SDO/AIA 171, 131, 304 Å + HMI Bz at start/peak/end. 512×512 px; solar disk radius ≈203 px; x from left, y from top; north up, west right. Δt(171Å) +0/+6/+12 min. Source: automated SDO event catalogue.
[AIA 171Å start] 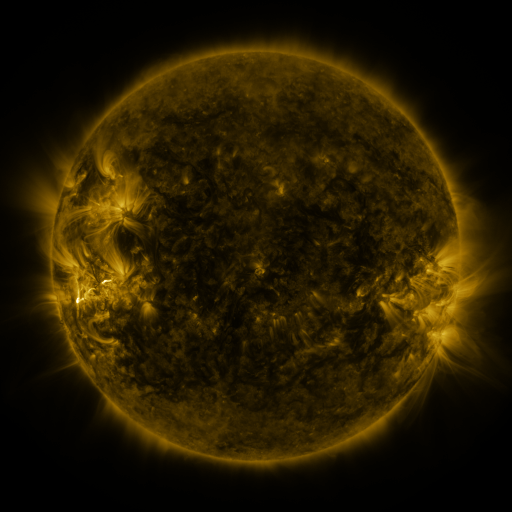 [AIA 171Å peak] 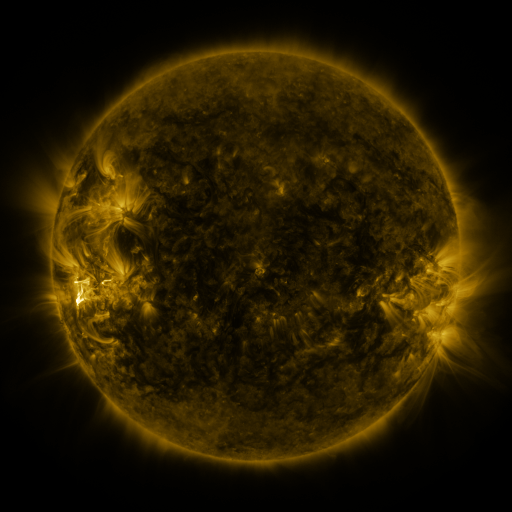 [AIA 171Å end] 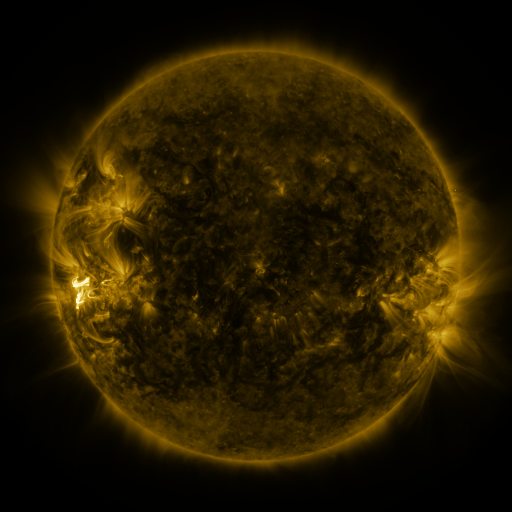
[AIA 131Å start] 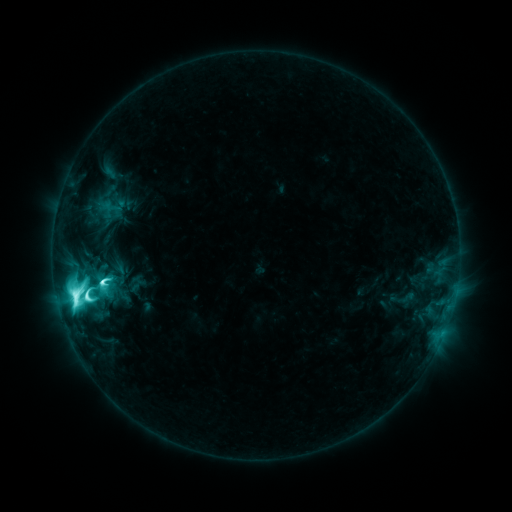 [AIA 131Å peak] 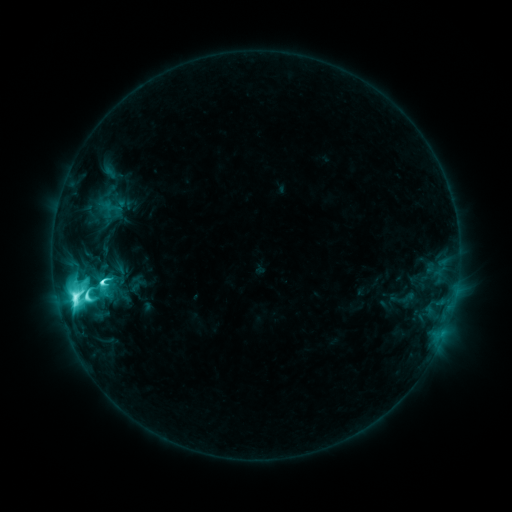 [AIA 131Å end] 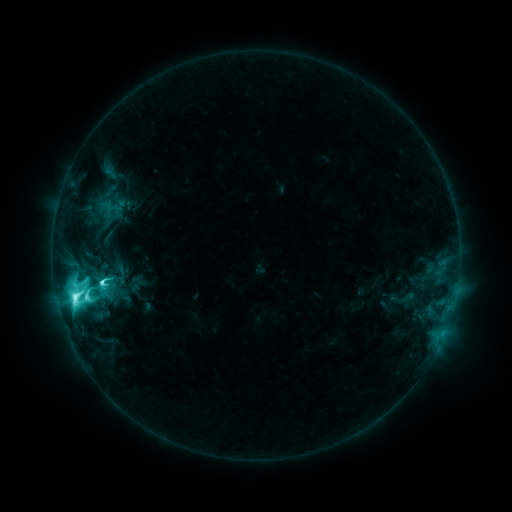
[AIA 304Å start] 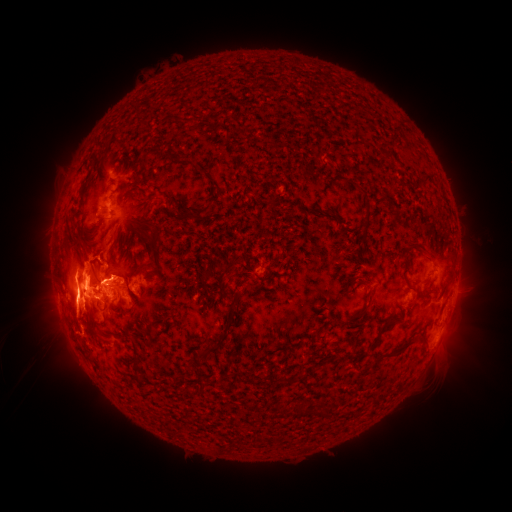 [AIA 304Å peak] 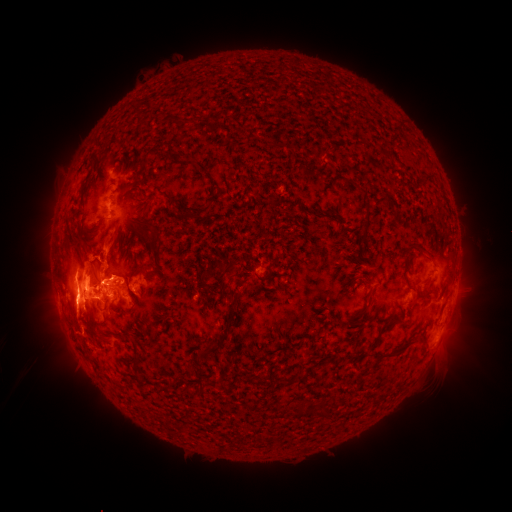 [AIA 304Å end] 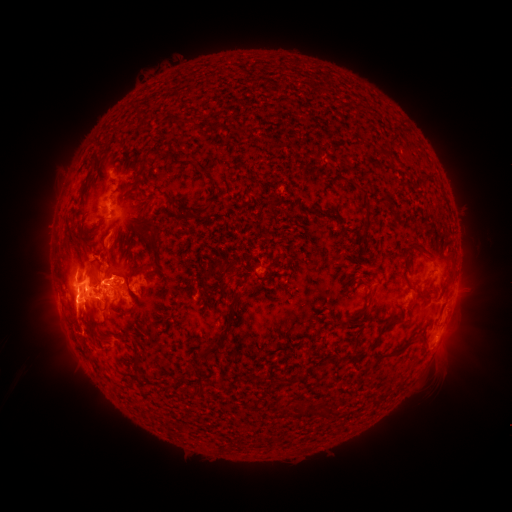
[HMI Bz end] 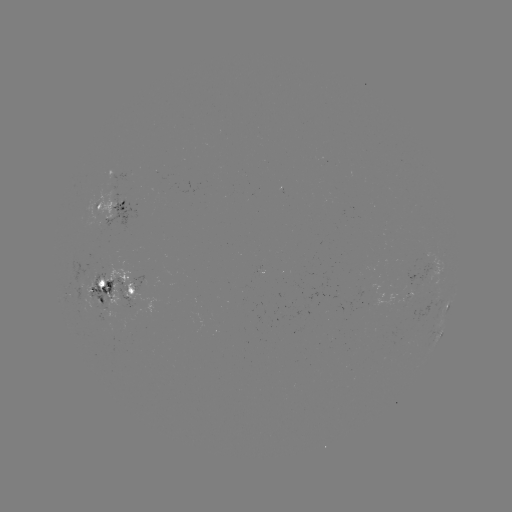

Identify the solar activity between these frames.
eruption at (111, 243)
